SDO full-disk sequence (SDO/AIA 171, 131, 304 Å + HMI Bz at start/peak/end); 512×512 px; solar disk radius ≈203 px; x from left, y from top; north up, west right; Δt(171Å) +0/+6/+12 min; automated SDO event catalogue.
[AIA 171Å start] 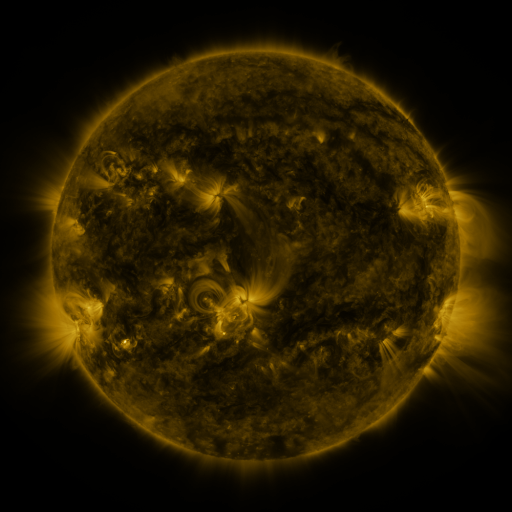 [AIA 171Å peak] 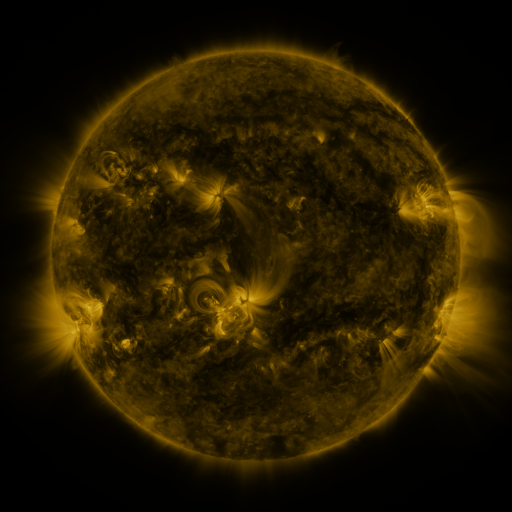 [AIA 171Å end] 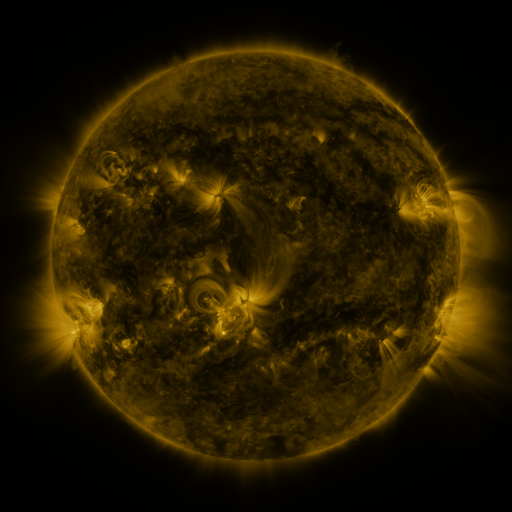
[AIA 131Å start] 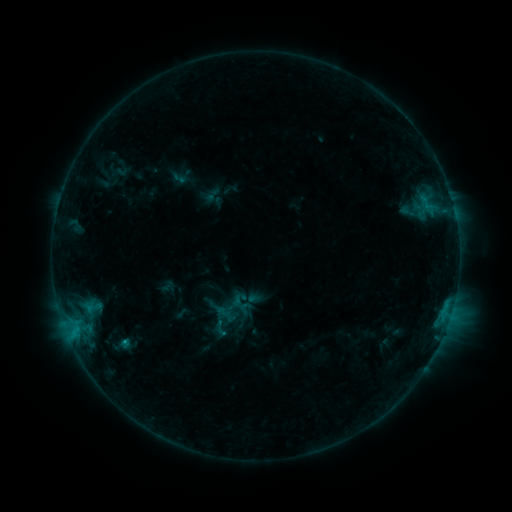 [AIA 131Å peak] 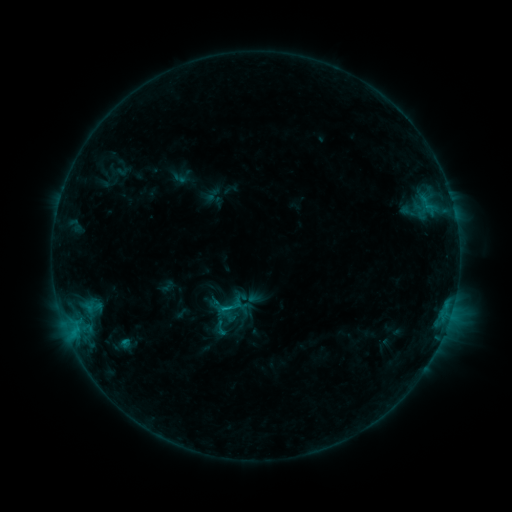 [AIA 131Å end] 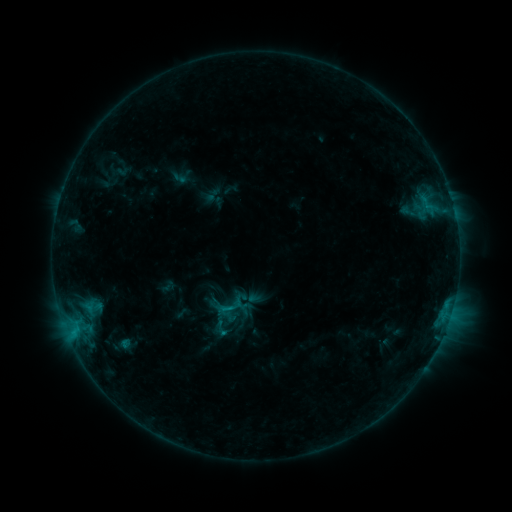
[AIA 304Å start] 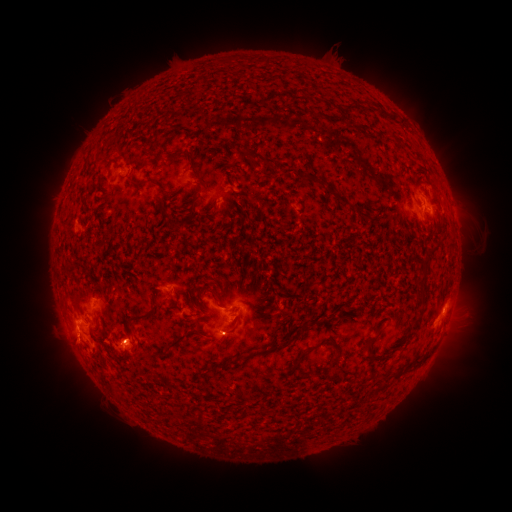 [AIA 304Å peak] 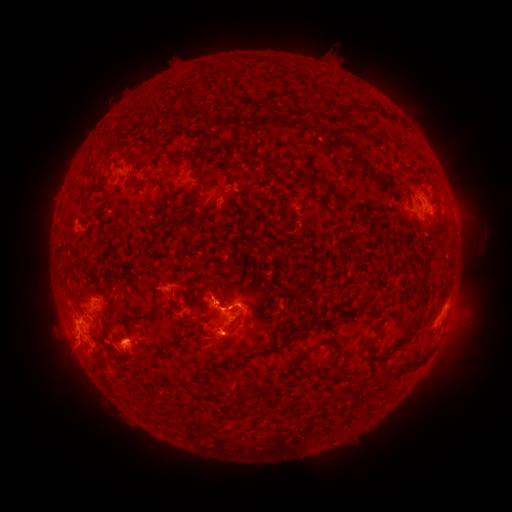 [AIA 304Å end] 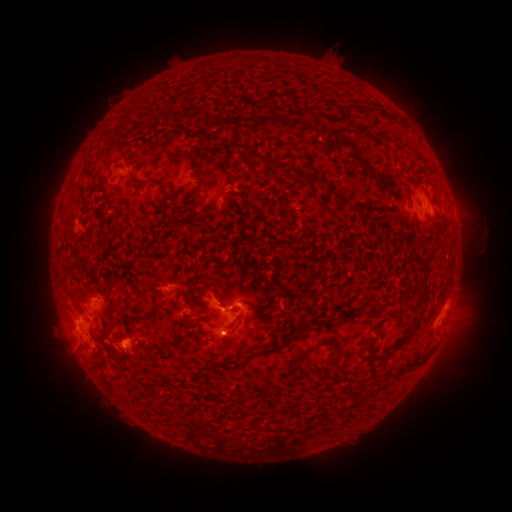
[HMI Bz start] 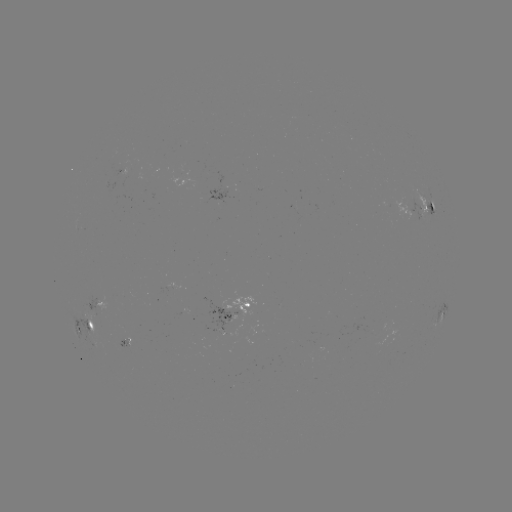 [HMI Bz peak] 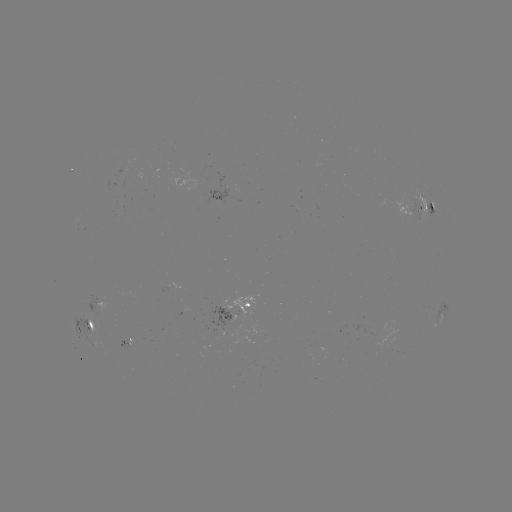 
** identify C1.1 flare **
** (225, 308) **